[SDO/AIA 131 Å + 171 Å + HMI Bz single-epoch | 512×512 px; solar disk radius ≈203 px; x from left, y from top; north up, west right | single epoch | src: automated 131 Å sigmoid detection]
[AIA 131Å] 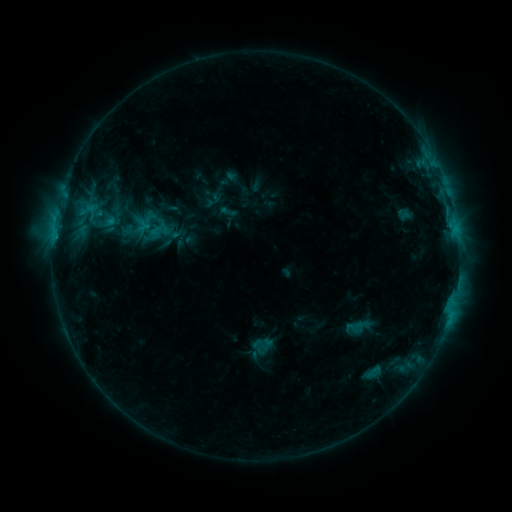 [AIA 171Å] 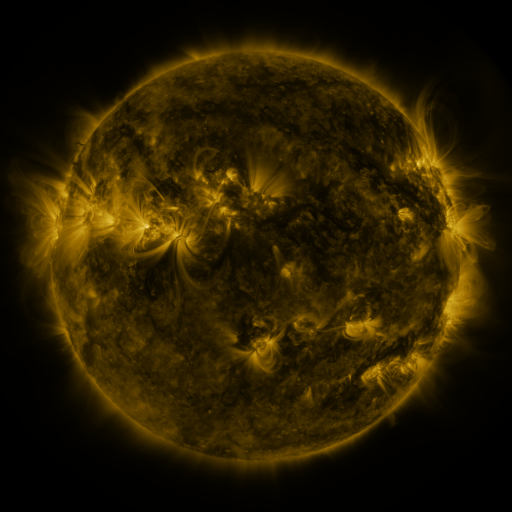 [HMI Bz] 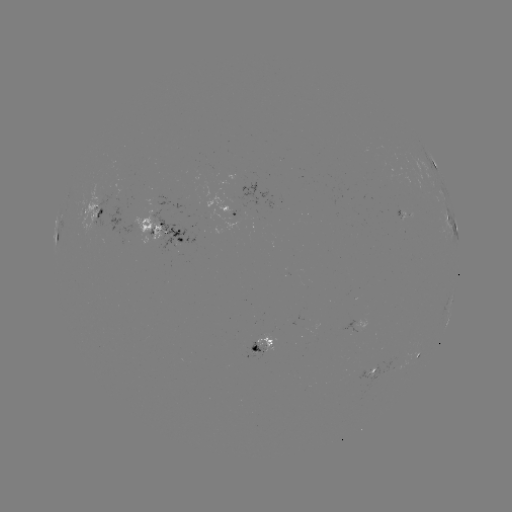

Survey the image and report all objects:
sigmoid: (154, 226)
